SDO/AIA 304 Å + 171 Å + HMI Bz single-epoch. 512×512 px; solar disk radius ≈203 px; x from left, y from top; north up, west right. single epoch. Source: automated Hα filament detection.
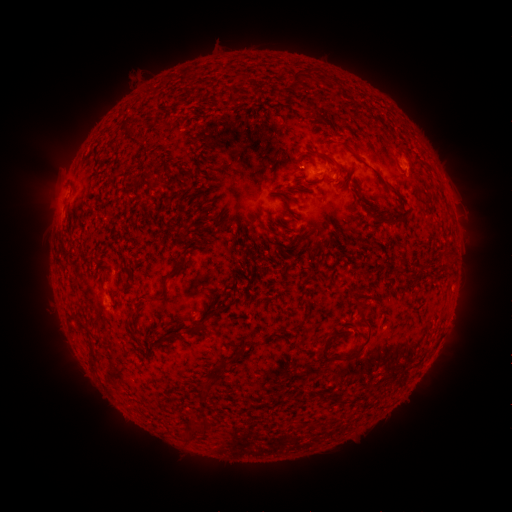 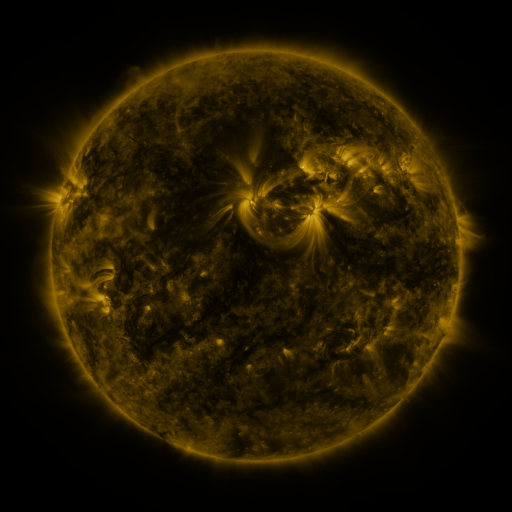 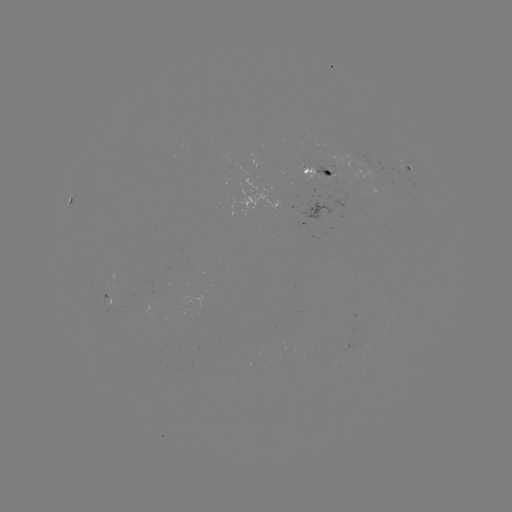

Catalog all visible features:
filament: (130, 134)
filament: (340, 169)
filament: (383, 183)
filament: (391, 221)
filament: (179, 265)
filament: (201, 326)
filament: (251, 343)
filament: (363, 346)
filament: (330, 356)
filament: (204, 392)
filament: (311, 394)
